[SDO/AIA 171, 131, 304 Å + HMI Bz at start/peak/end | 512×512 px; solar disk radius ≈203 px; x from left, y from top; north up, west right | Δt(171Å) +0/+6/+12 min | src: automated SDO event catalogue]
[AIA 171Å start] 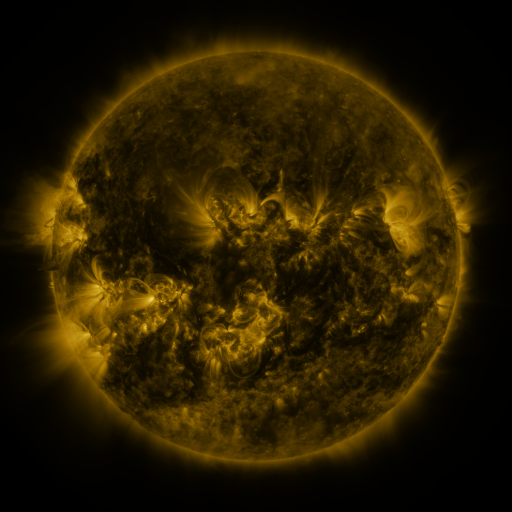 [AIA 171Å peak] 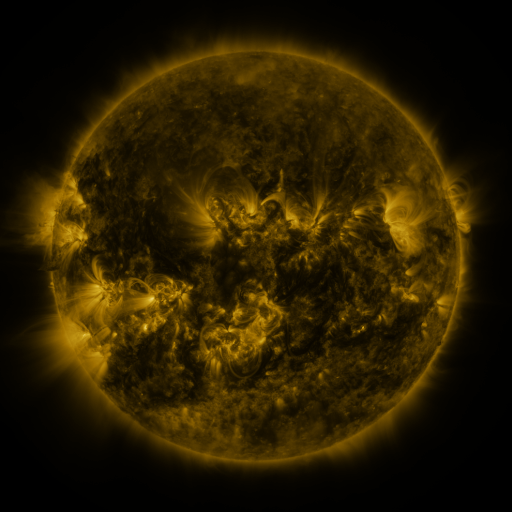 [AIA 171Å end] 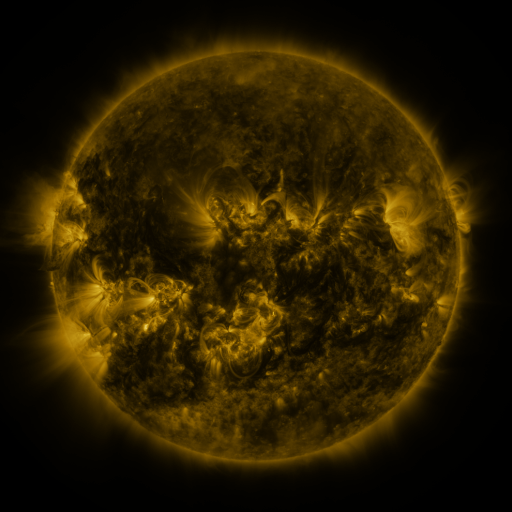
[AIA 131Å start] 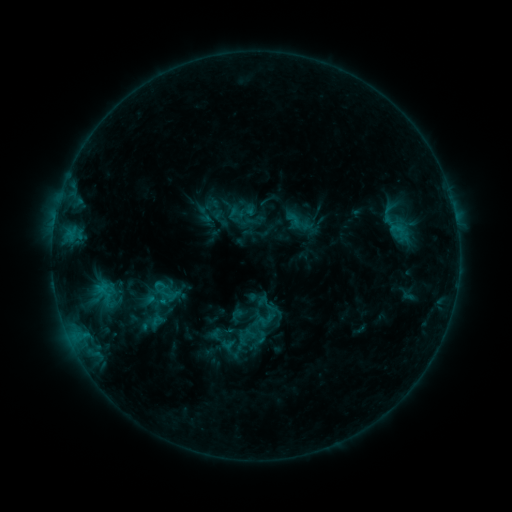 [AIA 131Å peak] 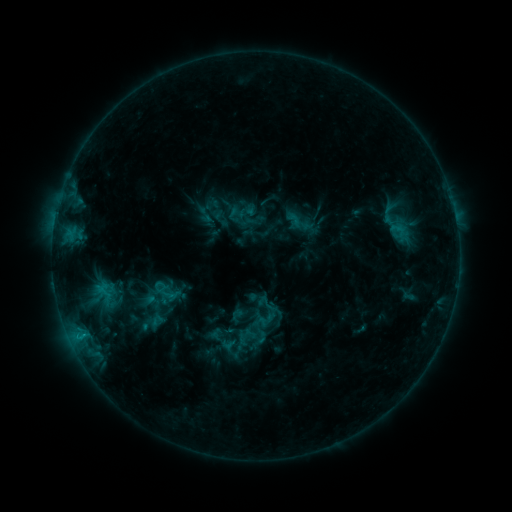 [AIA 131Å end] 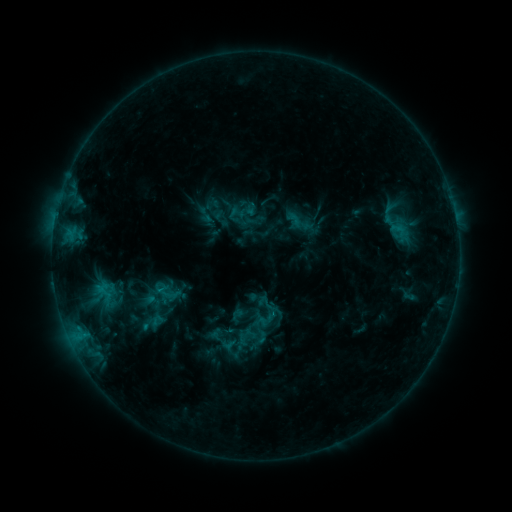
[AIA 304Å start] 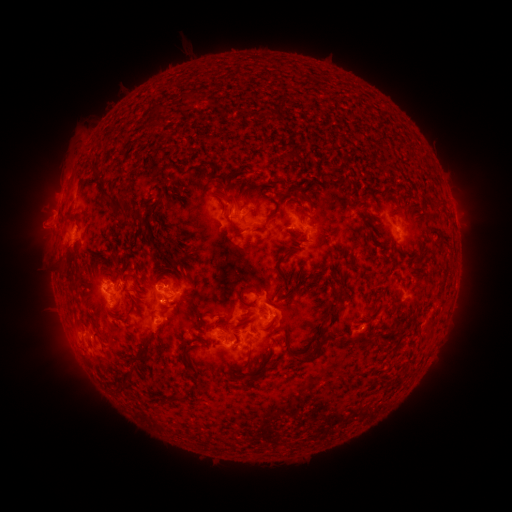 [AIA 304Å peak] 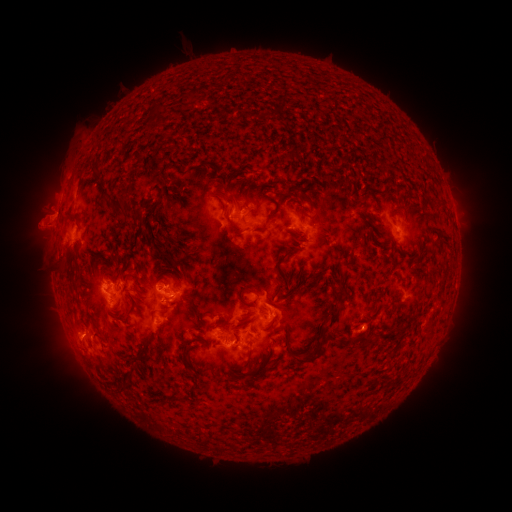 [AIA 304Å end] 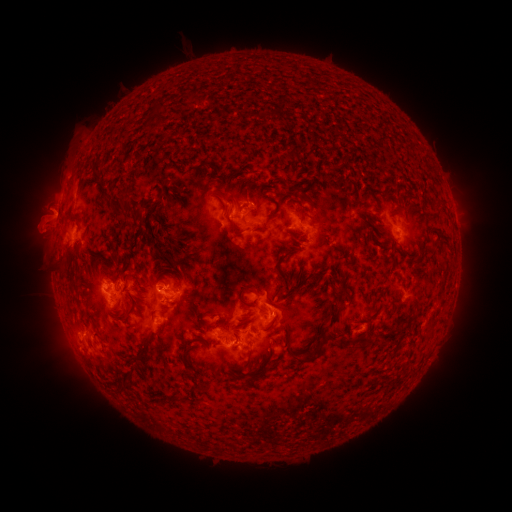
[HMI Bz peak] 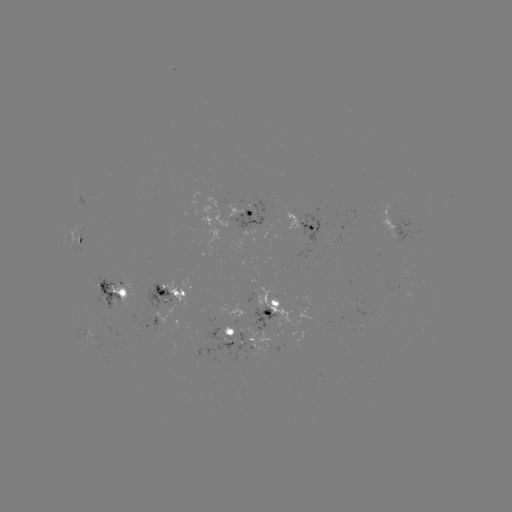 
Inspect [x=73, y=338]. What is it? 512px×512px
eruption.